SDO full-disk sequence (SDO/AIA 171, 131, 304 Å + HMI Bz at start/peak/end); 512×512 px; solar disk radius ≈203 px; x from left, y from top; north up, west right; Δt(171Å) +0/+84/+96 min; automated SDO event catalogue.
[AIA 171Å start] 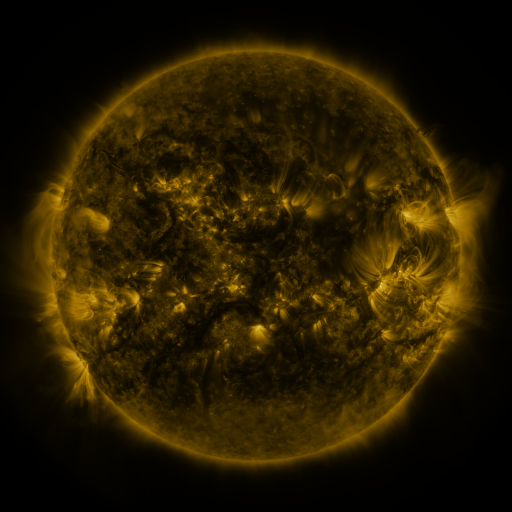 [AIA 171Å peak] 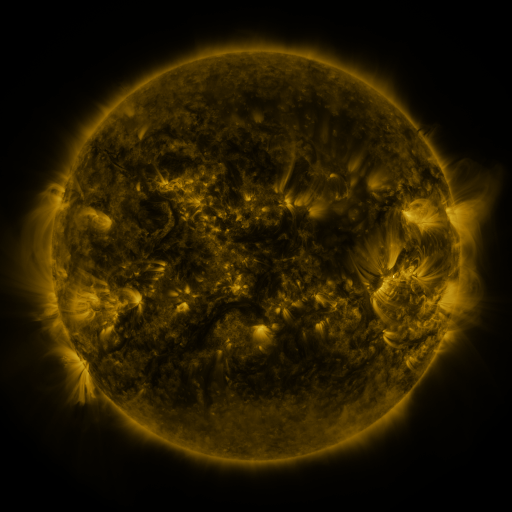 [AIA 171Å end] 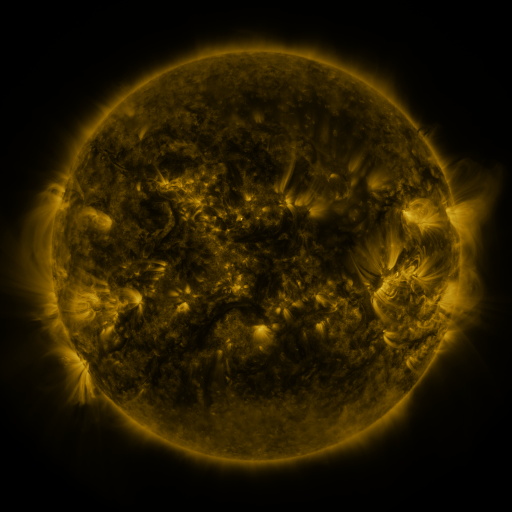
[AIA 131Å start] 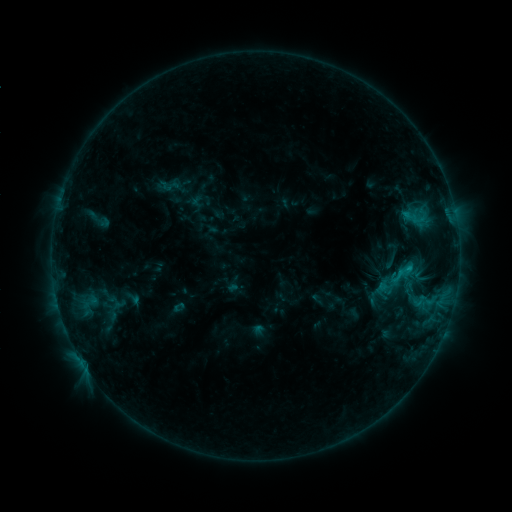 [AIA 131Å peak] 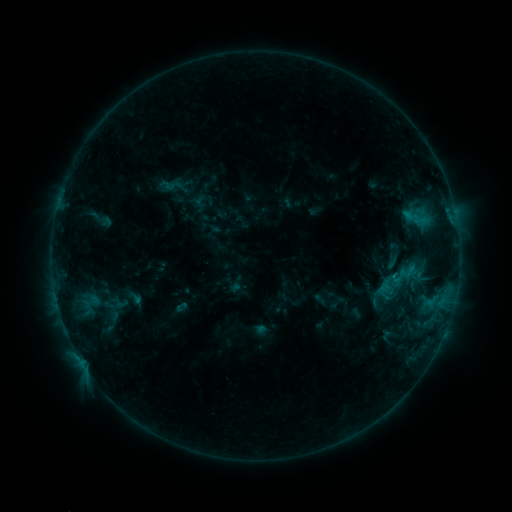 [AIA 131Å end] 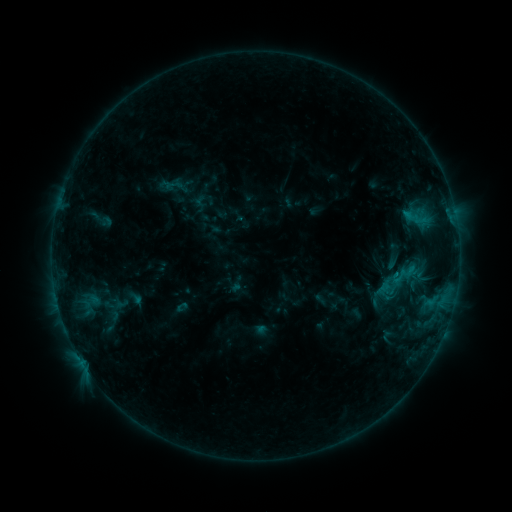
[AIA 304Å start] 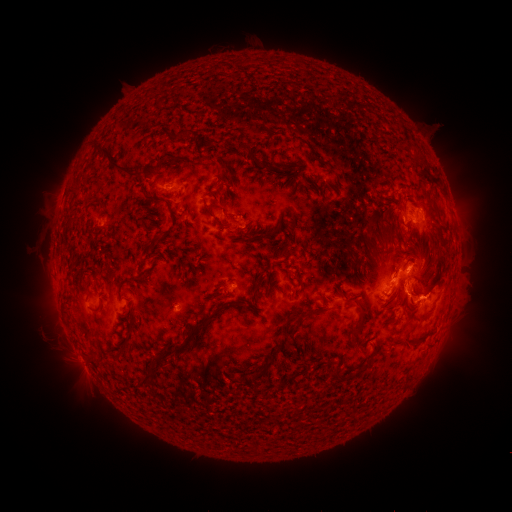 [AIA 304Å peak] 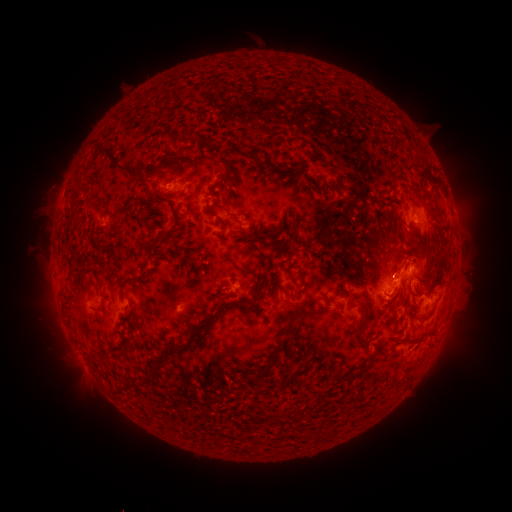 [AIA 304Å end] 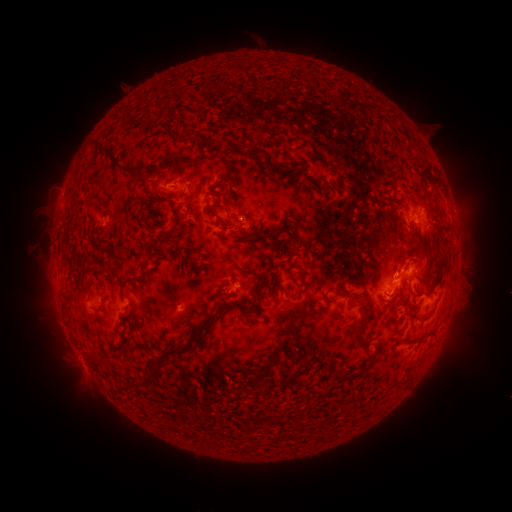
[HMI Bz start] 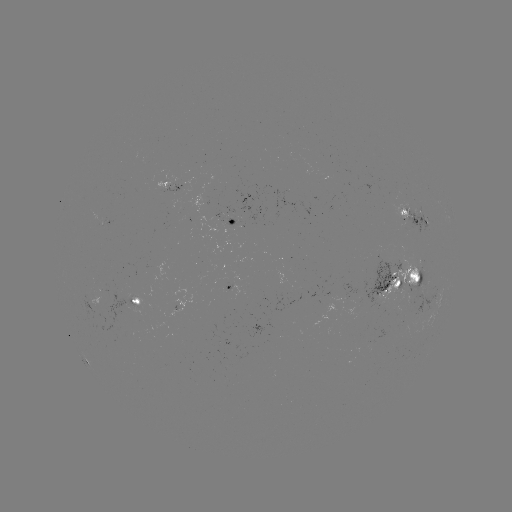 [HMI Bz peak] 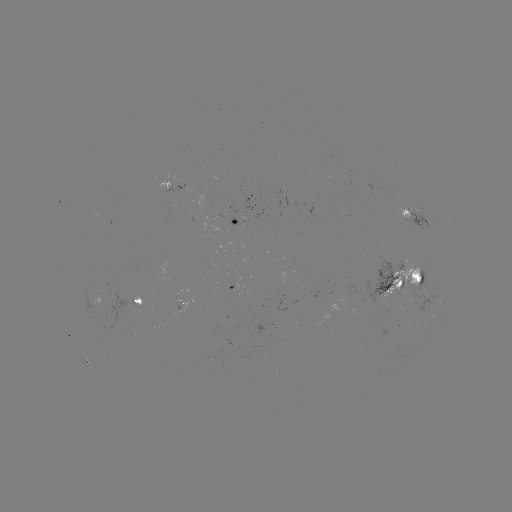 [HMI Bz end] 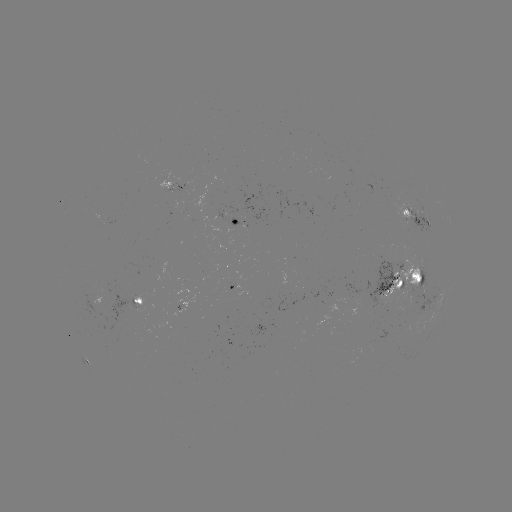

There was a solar emerging-flux region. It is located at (395, 269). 